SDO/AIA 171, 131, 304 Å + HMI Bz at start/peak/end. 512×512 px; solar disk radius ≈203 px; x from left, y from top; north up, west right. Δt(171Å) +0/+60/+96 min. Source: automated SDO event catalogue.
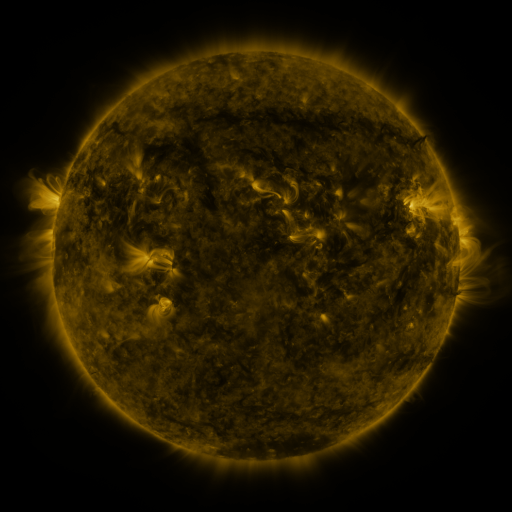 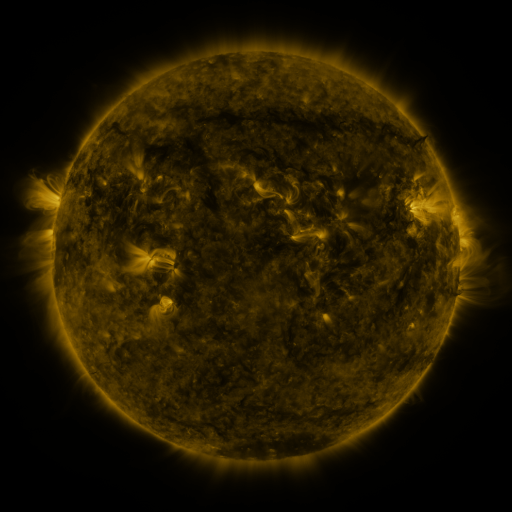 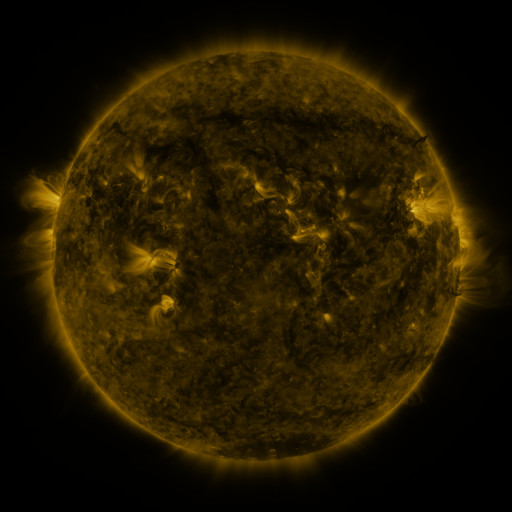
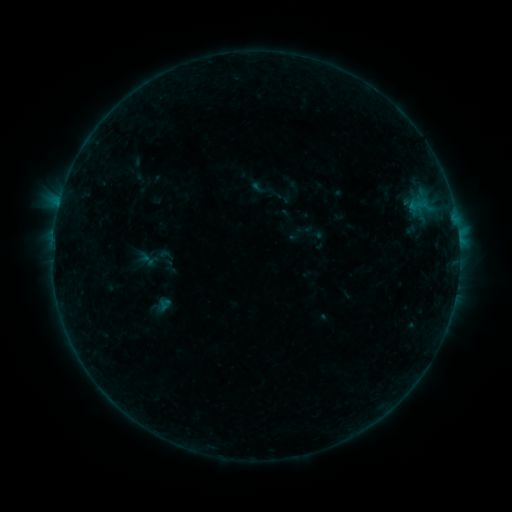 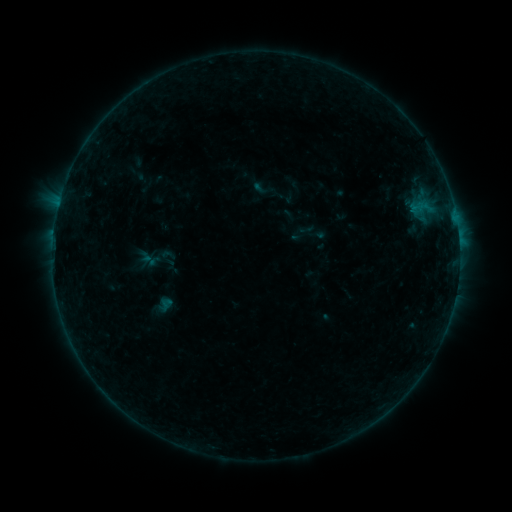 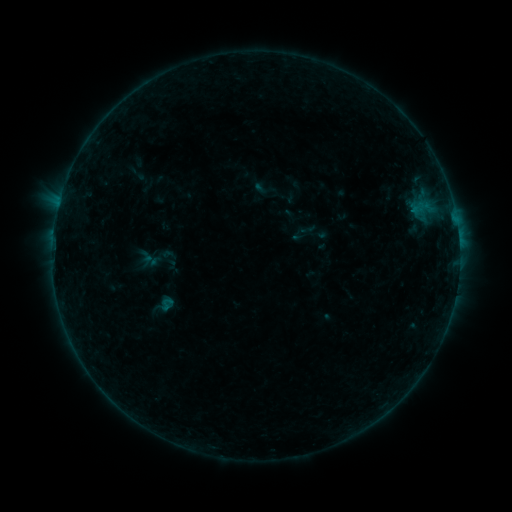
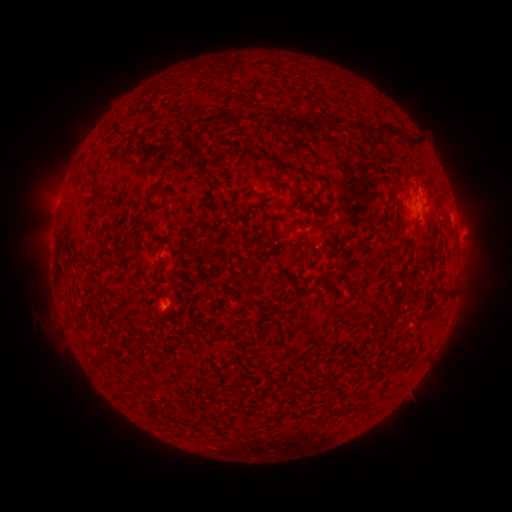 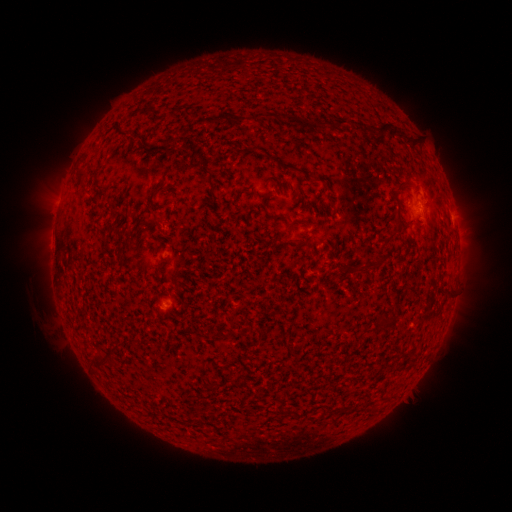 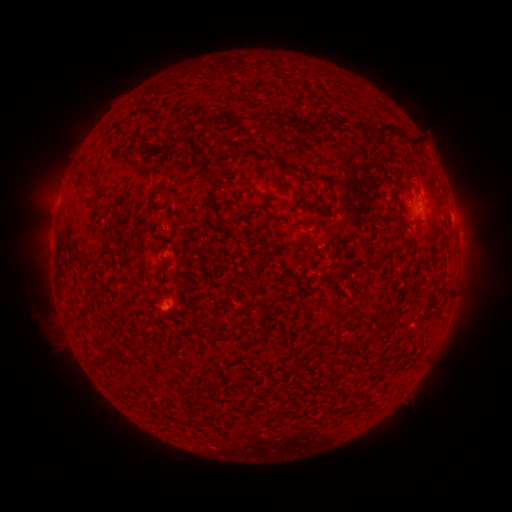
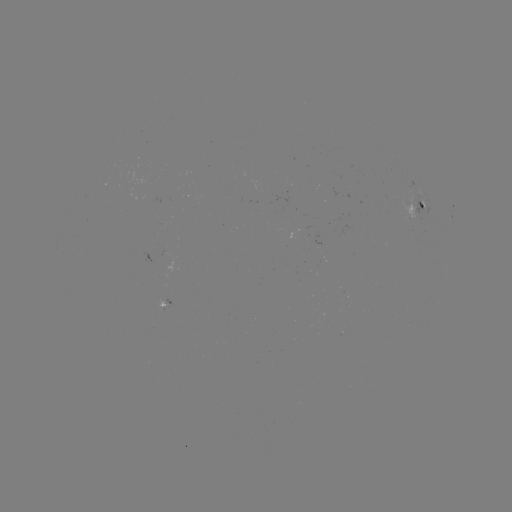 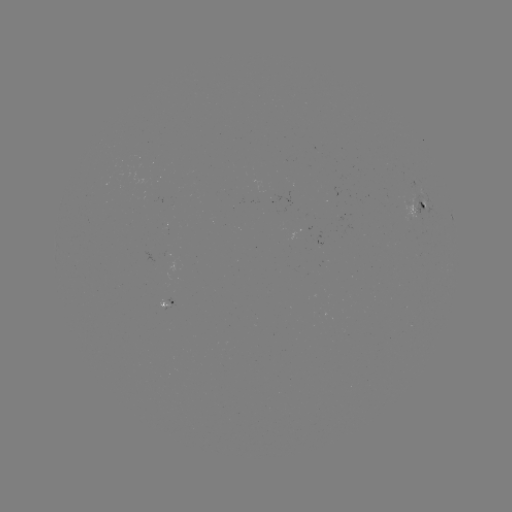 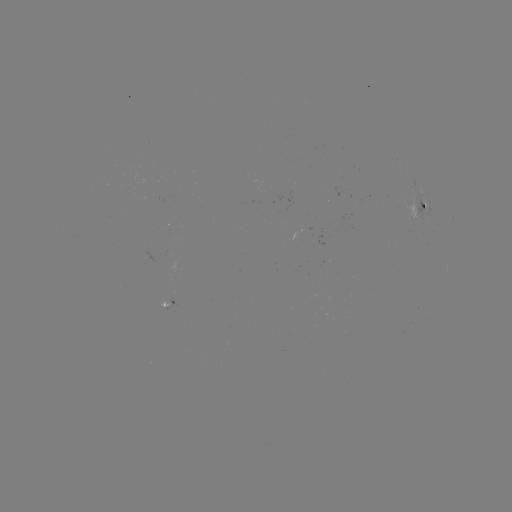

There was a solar emerging-flux region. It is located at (169, 259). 